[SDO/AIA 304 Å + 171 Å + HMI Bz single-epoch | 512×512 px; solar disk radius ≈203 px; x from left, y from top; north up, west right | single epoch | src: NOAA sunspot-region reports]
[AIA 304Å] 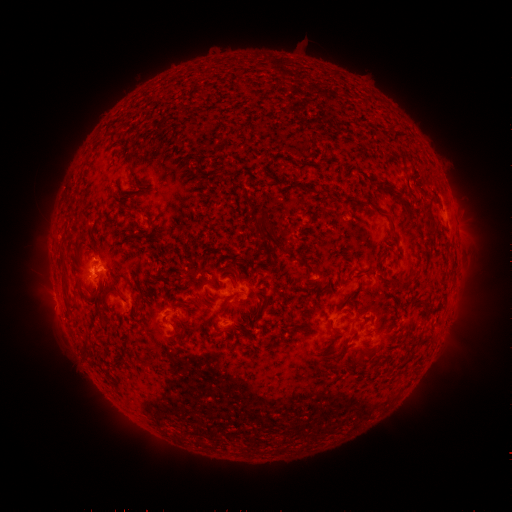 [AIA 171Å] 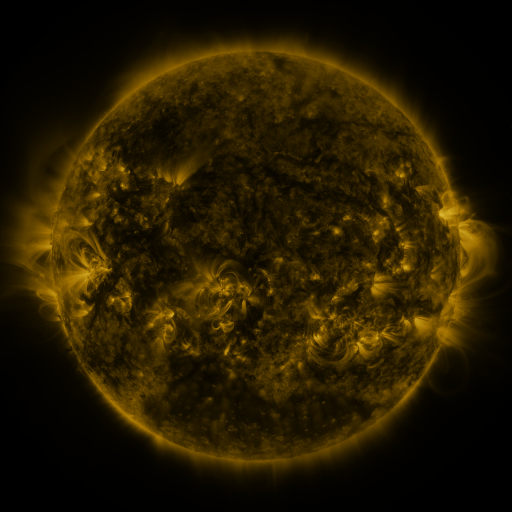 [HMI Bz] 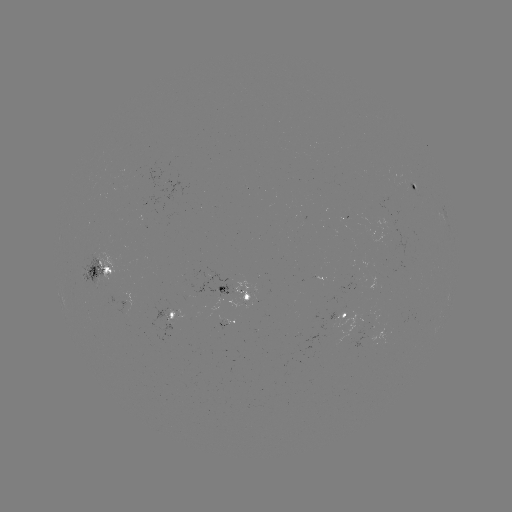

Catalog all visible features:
spotted active region: (415, 184)
spotted active region: (105, 270)
spotted active region: (238, 291)
spotted active region: (349, 313)
spotted active region: (178, 316)
spotted active region: (226, 322)
